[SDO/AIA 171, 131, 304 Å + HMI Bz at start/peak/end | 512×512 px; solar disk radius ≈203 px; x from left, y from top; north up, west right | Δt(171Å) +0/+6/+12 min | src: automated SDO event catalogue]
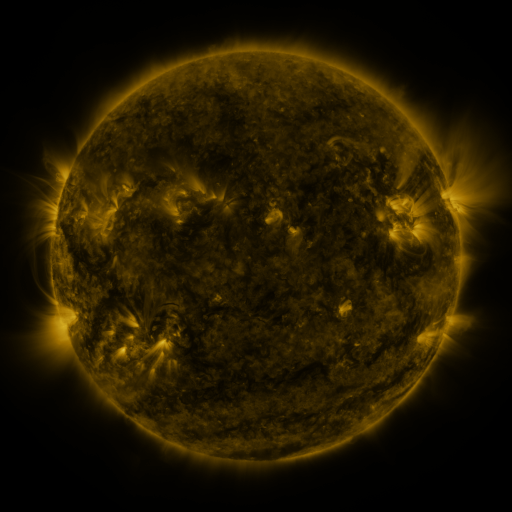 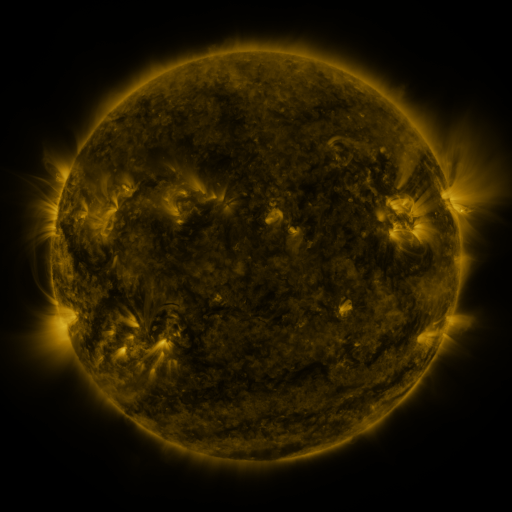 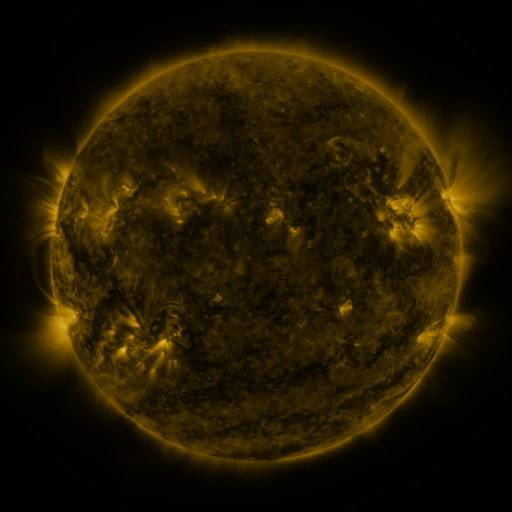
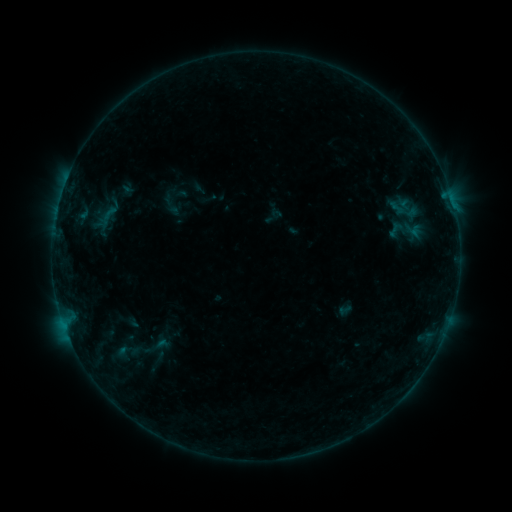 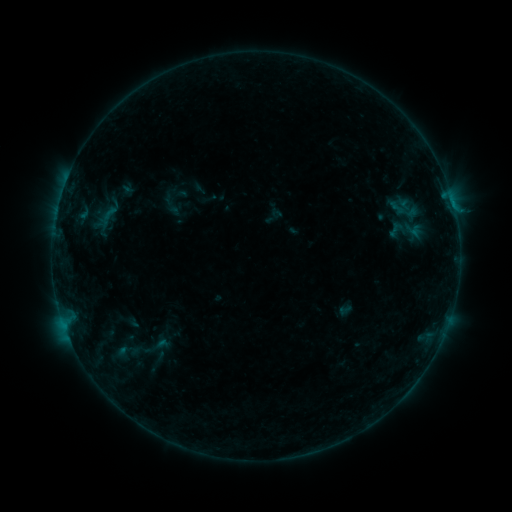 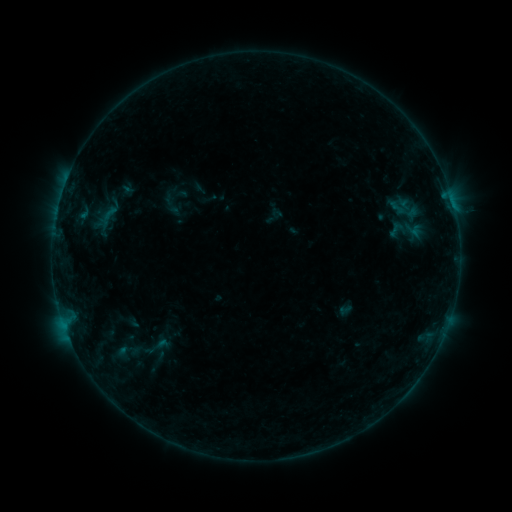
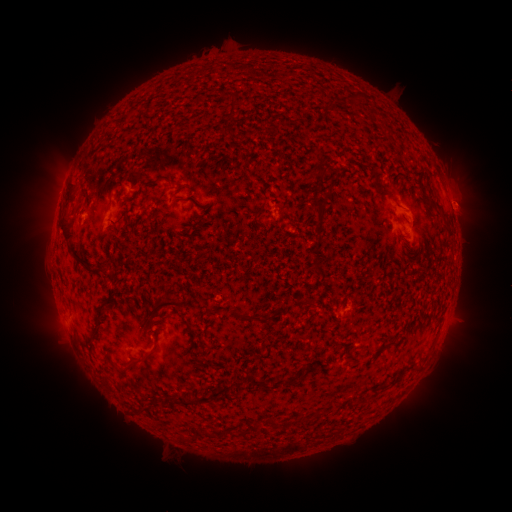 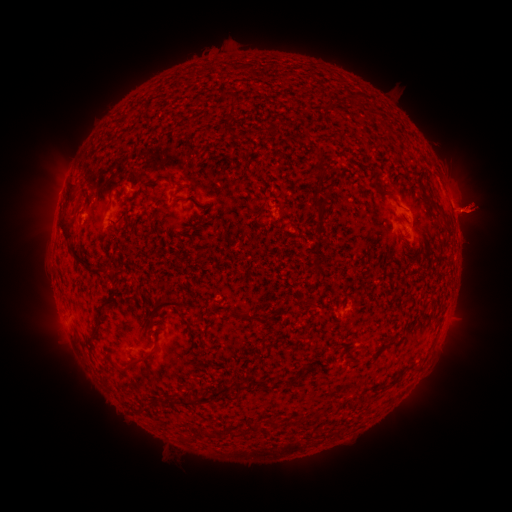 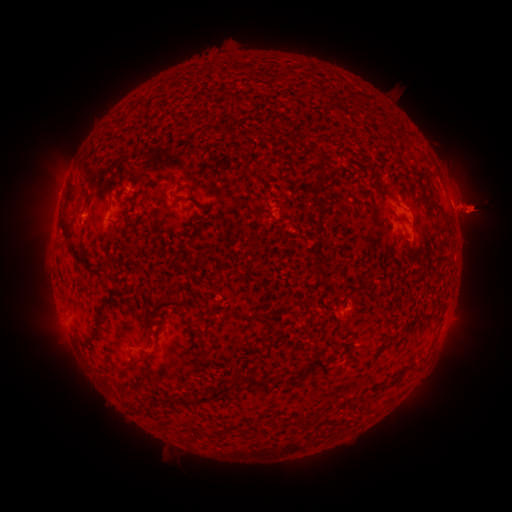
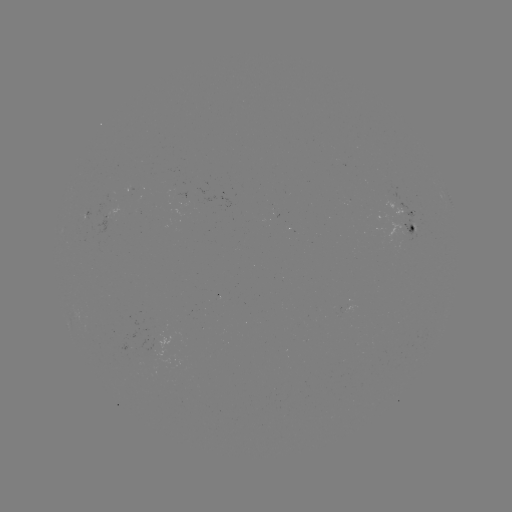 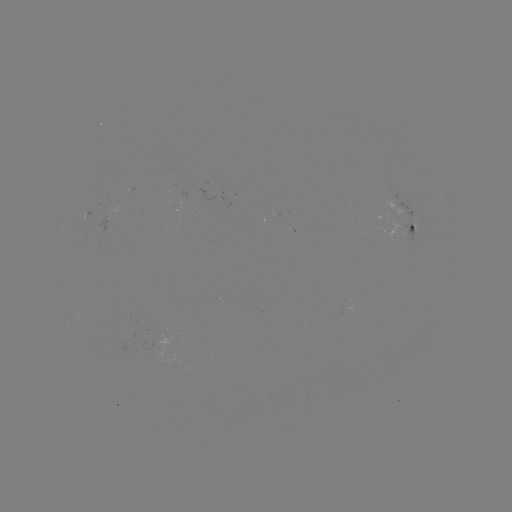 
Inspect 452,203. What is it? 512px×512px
B2.0 flare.